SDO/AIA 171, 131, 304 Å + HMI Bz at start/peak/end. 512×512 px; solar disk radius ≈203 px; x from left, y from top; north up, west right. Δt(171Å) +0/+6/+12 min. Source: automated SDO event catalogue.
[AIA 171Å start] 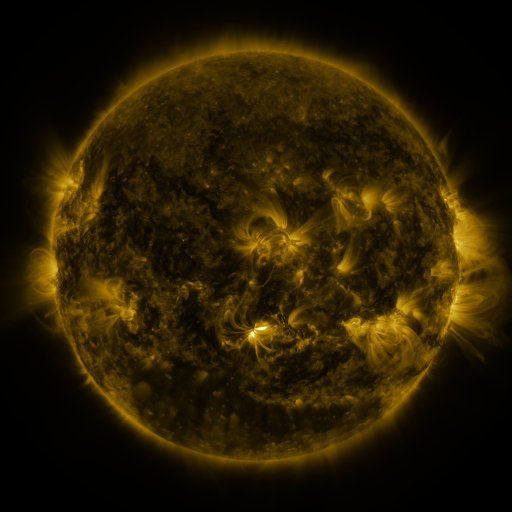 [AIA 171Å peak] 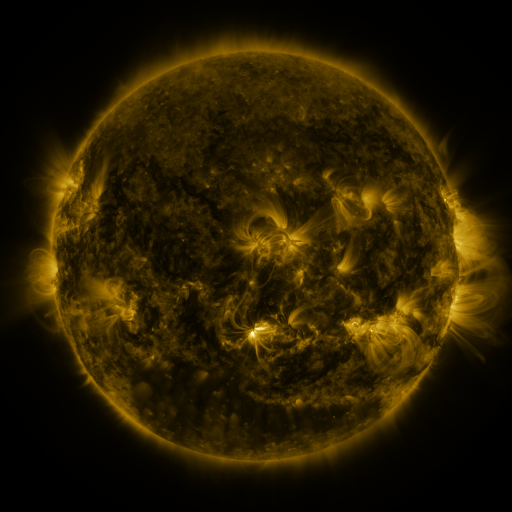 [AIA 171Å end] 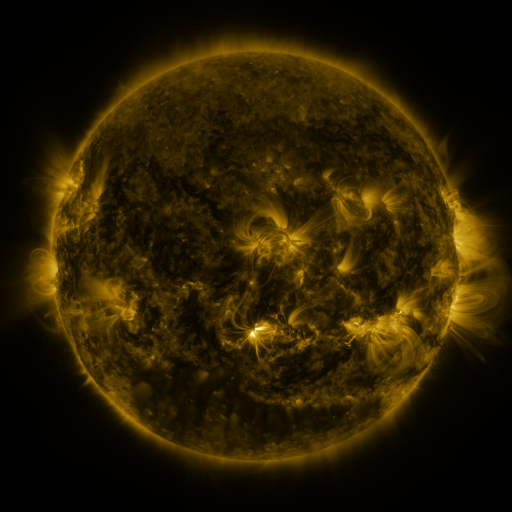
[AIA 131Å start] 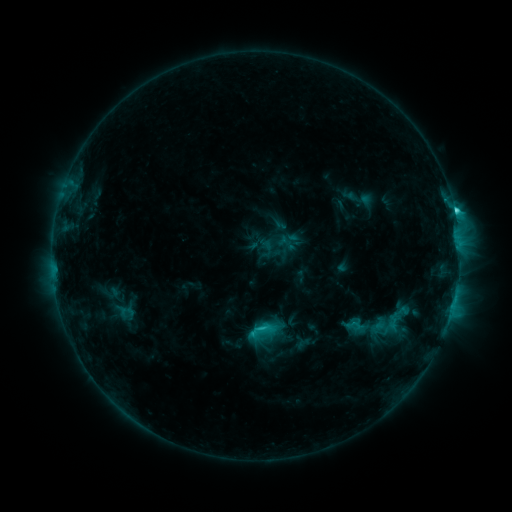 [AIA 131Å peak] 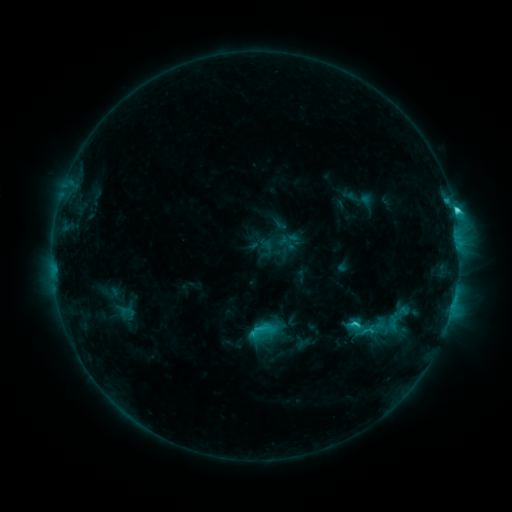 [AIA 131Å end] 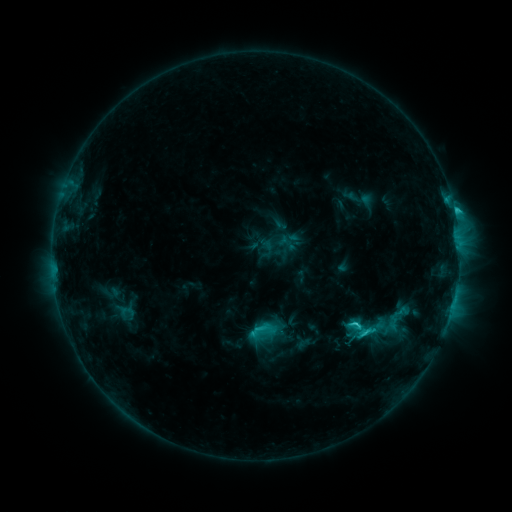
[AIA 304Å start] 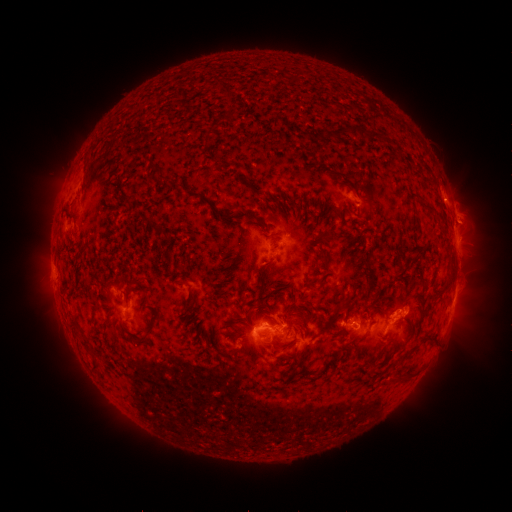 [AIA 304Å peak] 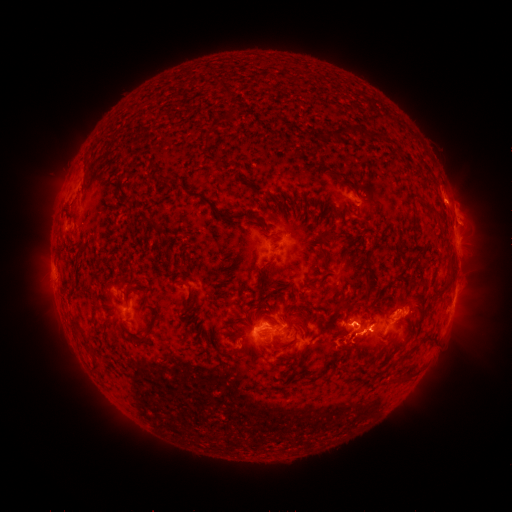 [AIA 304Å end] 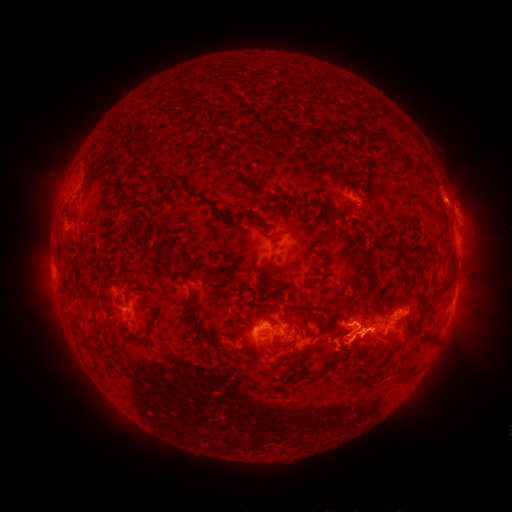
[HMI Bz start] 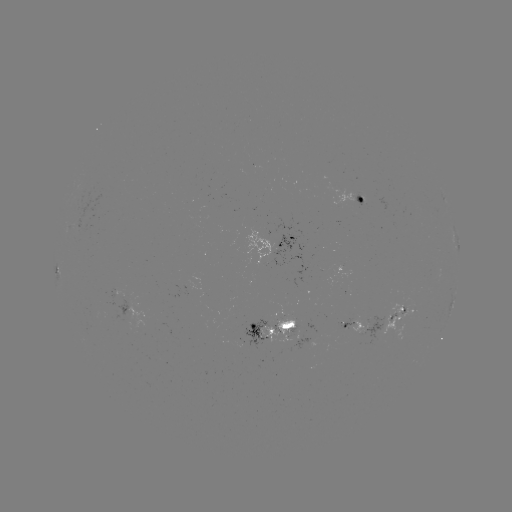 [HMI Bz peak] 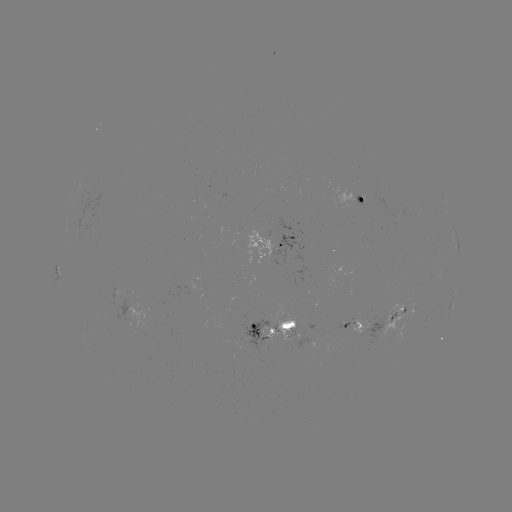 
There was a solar eruption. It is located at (358, 348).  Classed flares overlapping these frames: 1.